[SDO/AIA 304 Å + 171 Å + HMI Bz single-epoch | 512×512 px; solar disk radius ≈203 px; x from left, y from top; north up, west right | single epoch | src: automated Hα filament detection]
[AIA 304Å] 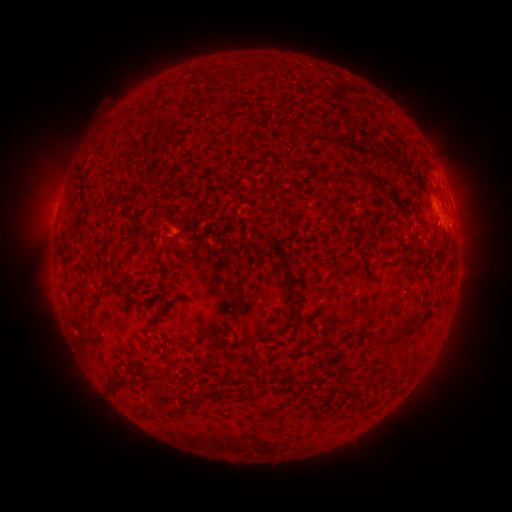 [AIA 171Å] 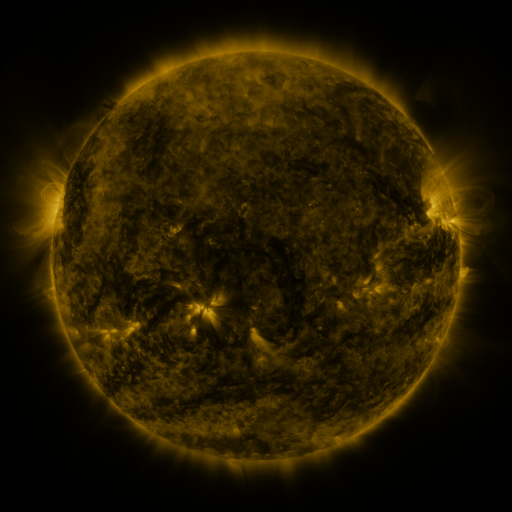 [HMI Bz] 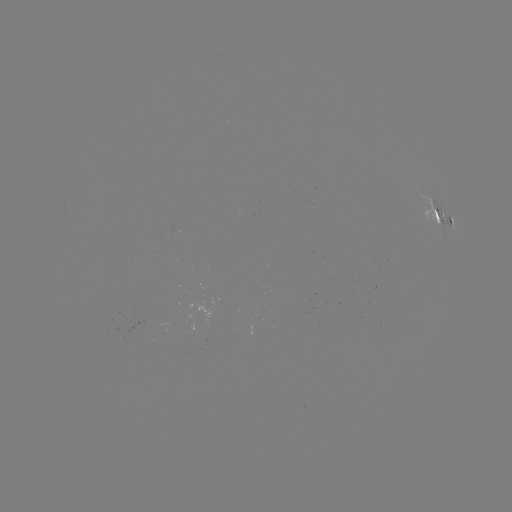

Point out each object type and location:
filament: (150, 113)
filament: (360, 176)
filament: (340, 179)
filament: (380, 186)
filament: (80, 213)
filament: (408, 214)
filament: (444, 242)
filament: (77, 249)
filament: (288, 291)
filament: (411, 321)
filament: (179, 342)
filament: (209, 344)
filament: (136, 375)
